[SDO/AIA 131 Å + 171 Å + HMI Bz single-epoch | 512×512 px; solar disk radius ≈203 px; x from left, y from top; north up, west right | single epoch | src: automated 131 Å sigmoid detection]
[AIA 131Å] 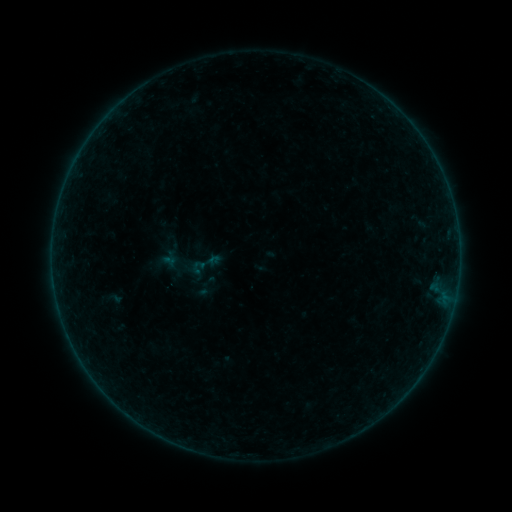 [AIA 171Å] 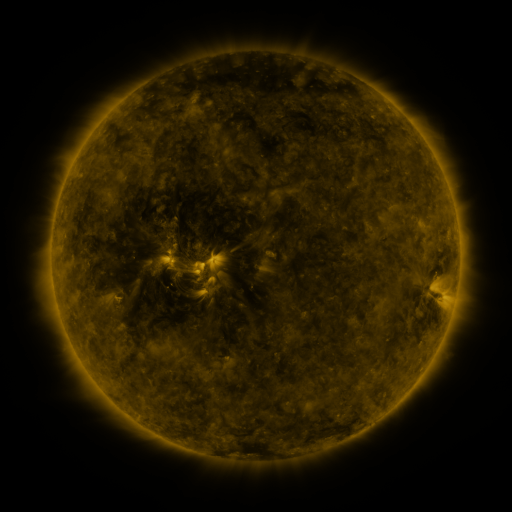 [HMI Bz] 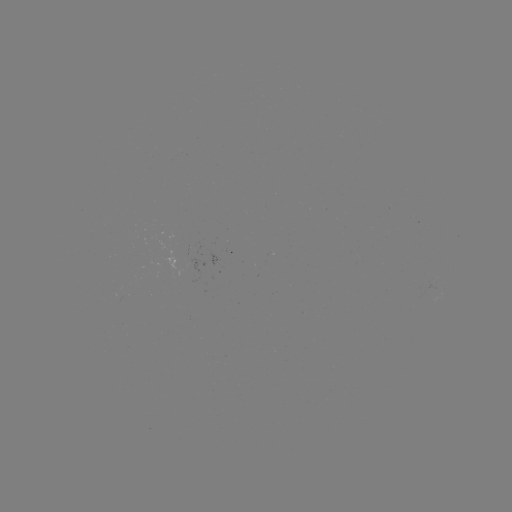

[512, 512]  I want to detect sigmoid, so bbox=[186, 244, 225, 284].